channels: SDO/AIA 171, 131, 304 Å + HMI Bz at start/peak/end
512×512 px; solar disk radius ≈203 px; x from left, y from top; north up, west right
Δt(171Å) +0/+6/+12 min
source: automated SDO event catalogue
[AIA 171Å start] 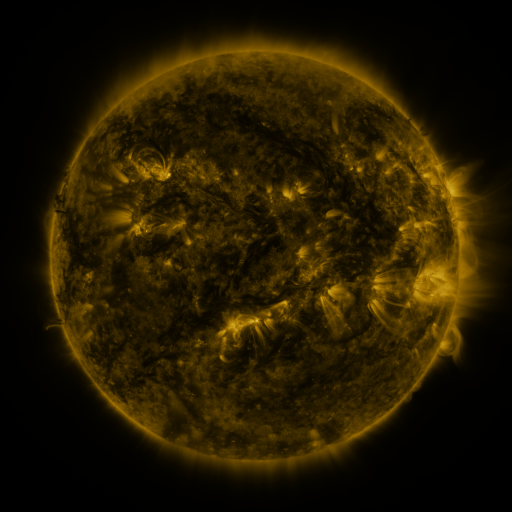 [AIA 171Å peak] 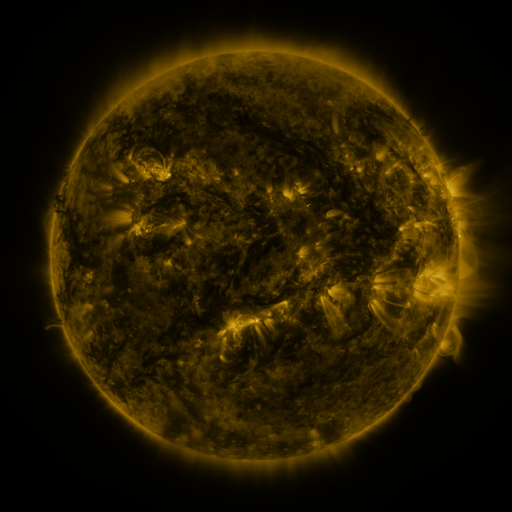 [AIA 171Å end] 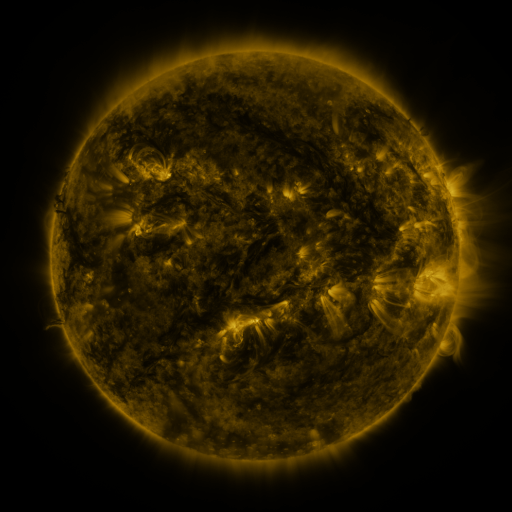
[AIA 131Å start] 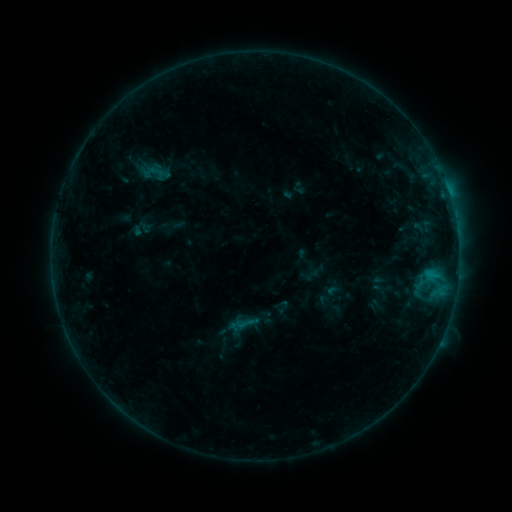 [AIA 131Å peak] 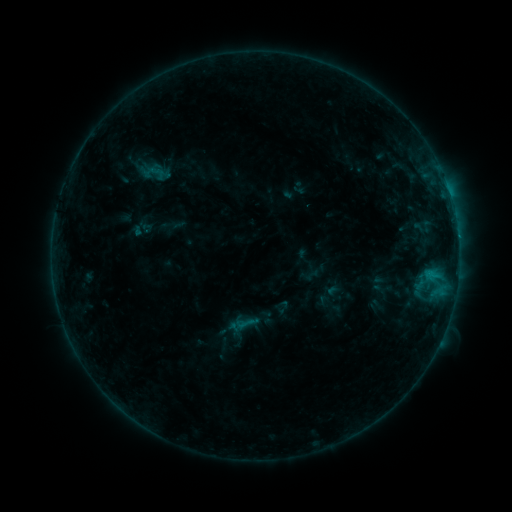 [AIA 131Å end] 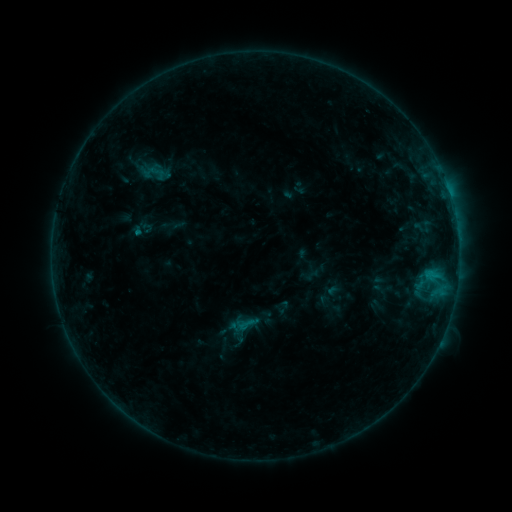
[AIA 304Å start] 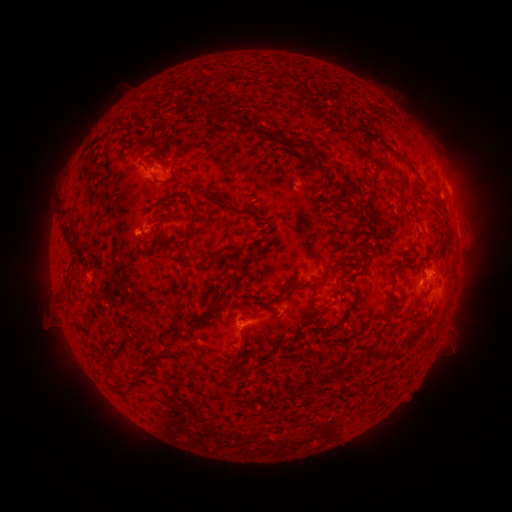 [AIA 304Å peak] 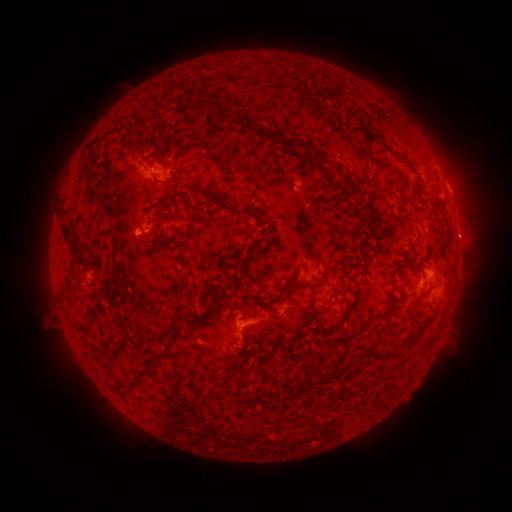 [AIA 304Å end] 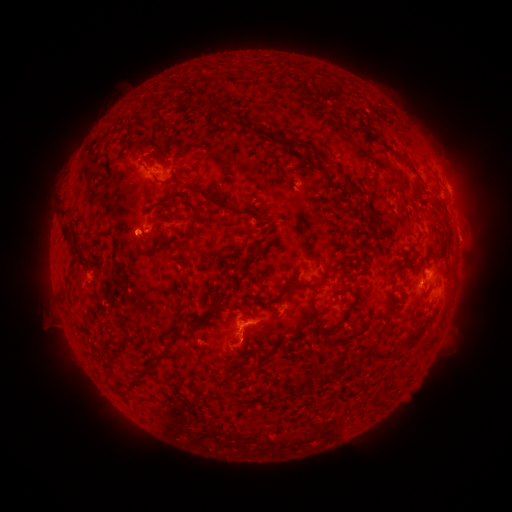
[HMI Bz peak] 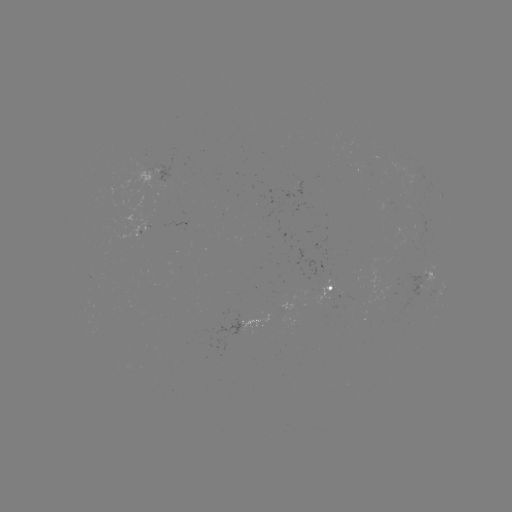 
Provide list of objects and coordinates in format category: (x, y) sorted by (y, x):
eruption: (464, 236)
